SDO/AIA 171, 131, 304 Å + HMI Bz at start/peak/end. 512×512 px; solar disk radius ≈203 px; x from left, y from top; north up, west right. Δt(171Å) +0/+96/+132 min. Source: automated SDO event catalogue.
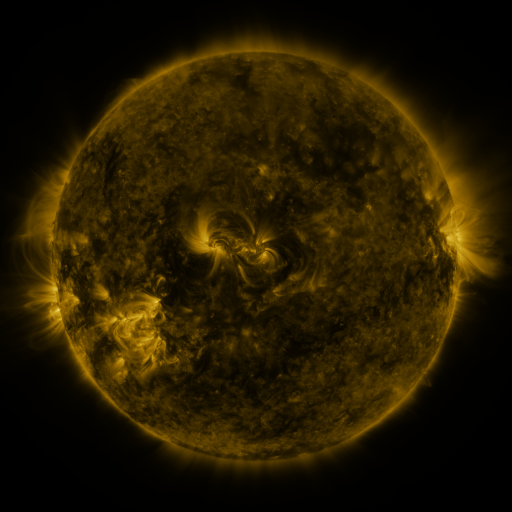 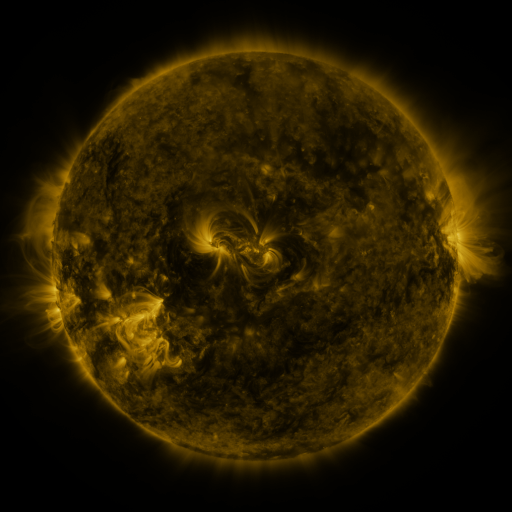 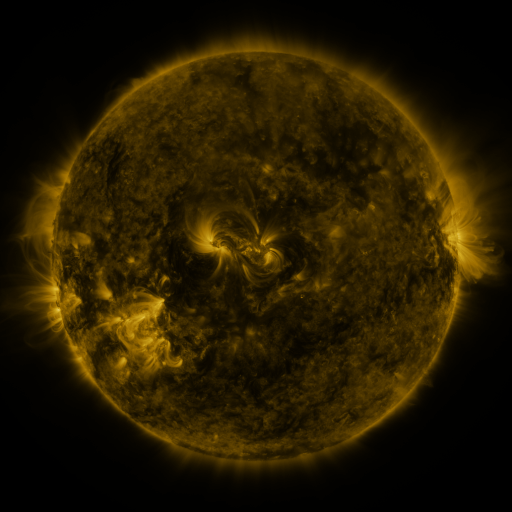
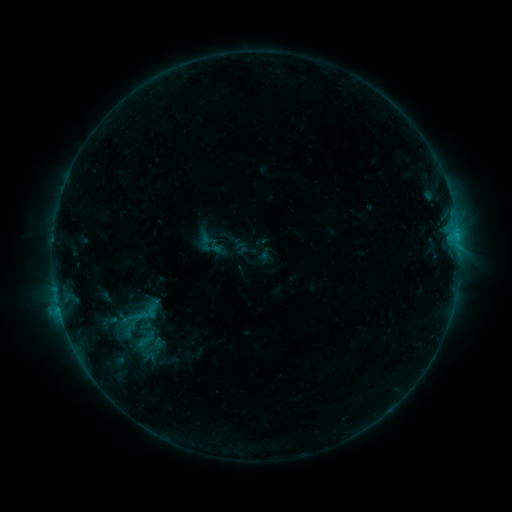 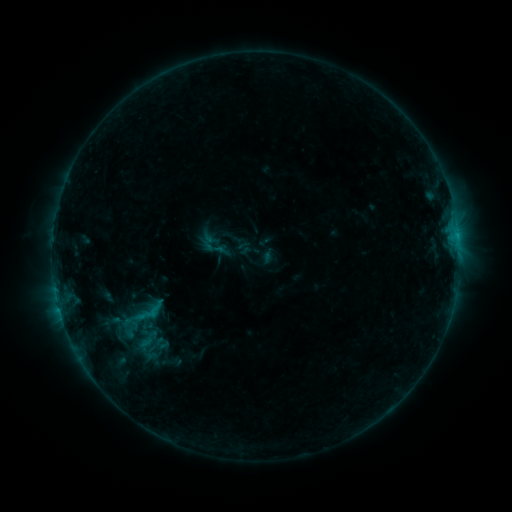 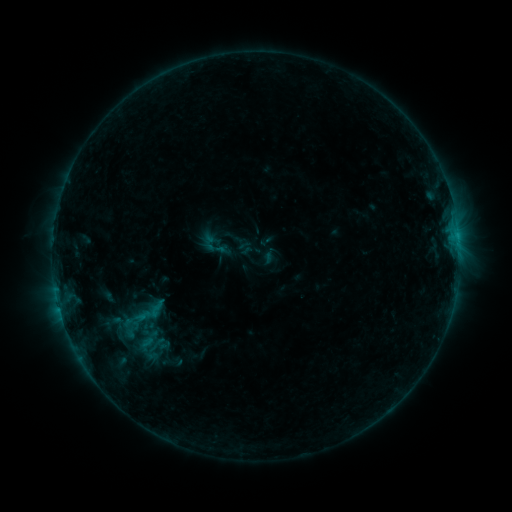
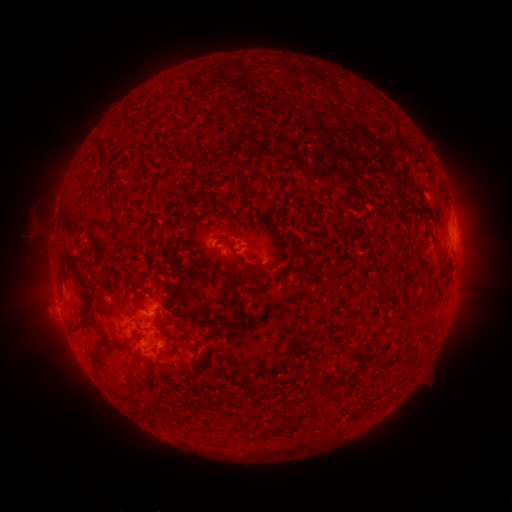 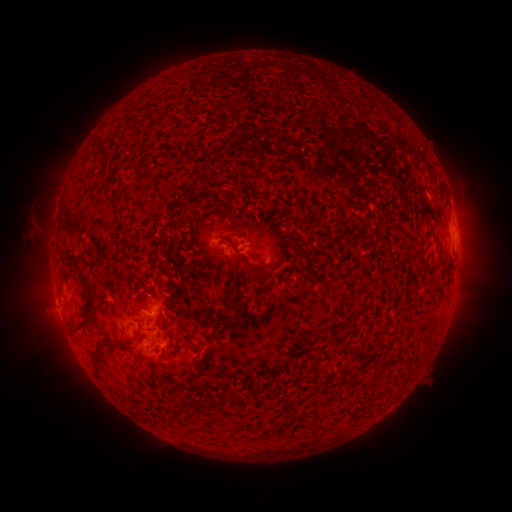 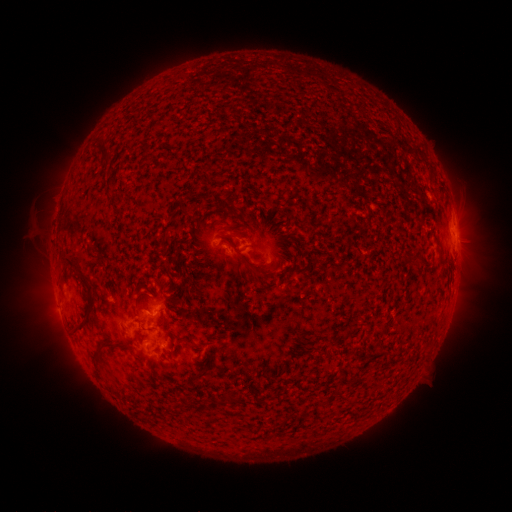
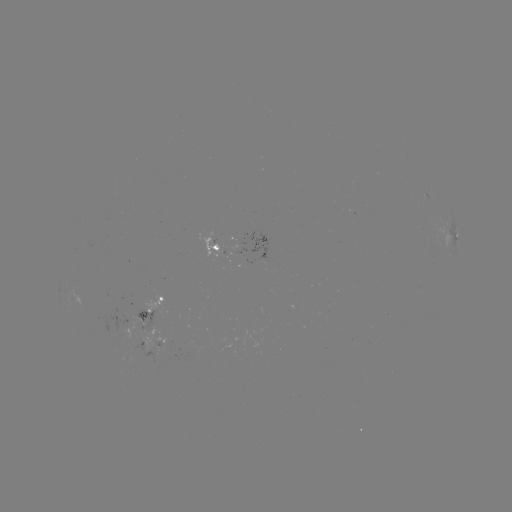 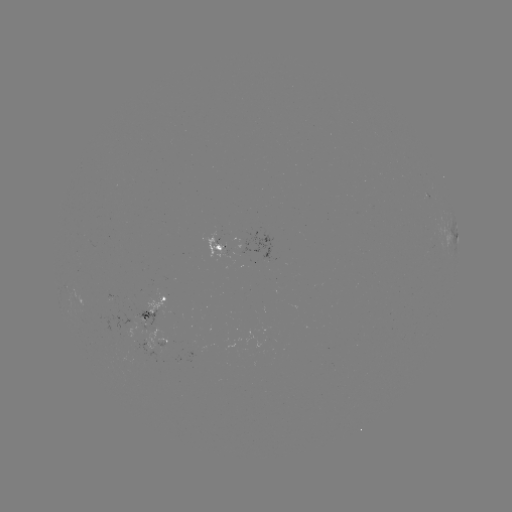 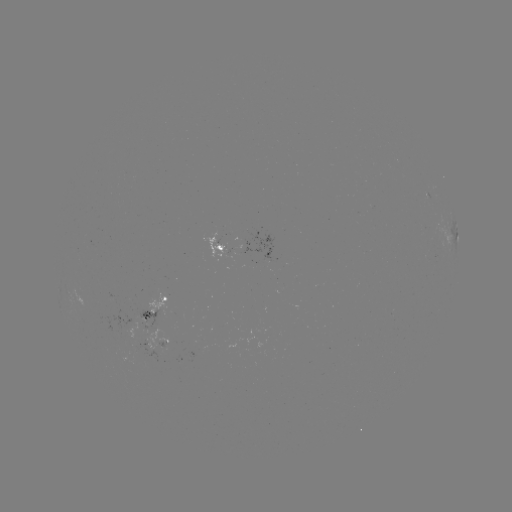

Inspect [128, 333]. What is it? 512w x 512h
emerging-flux region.